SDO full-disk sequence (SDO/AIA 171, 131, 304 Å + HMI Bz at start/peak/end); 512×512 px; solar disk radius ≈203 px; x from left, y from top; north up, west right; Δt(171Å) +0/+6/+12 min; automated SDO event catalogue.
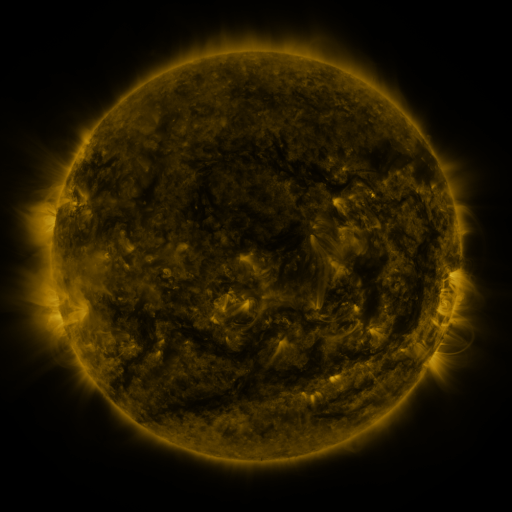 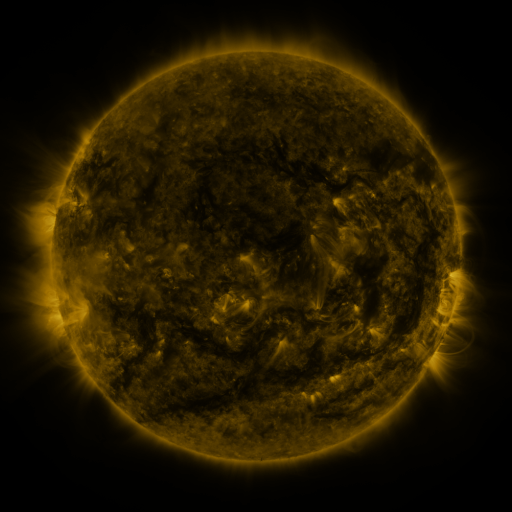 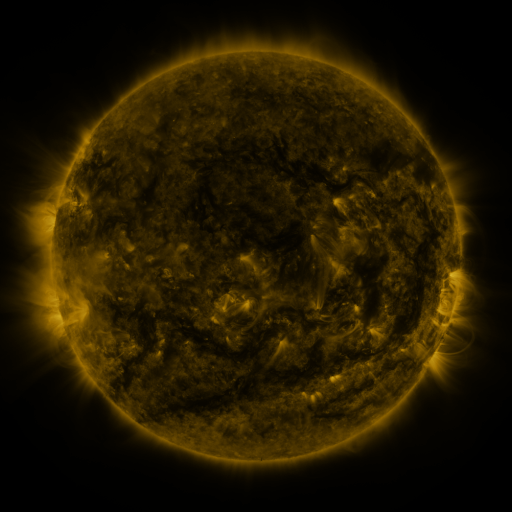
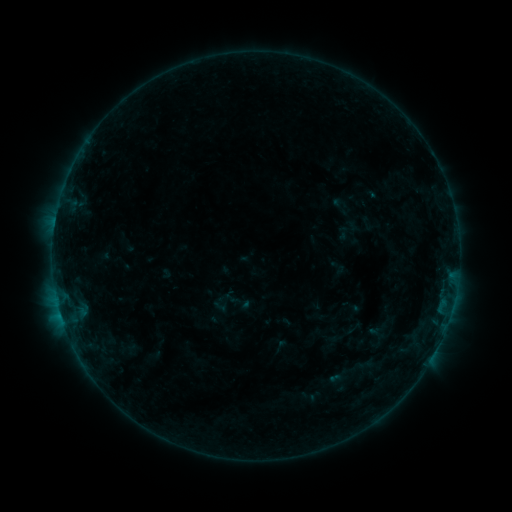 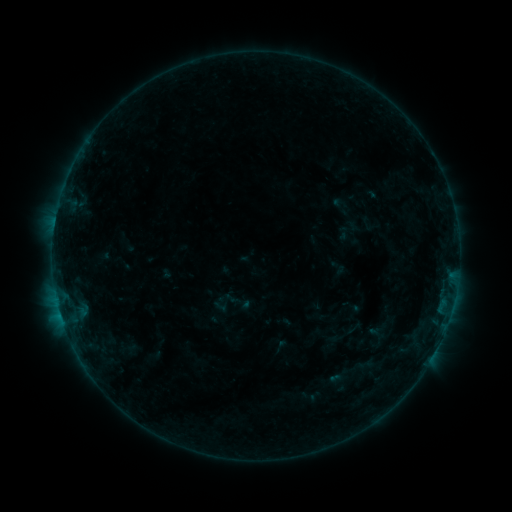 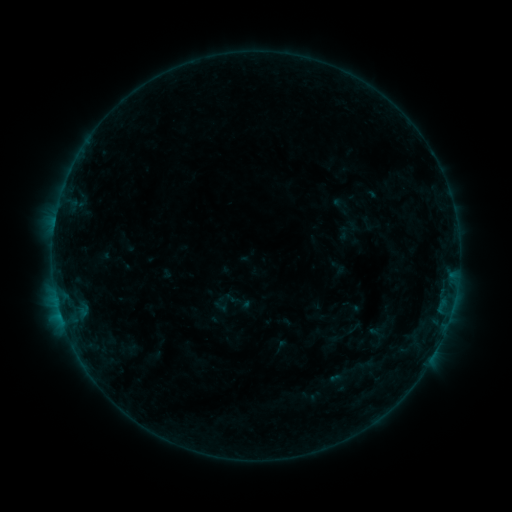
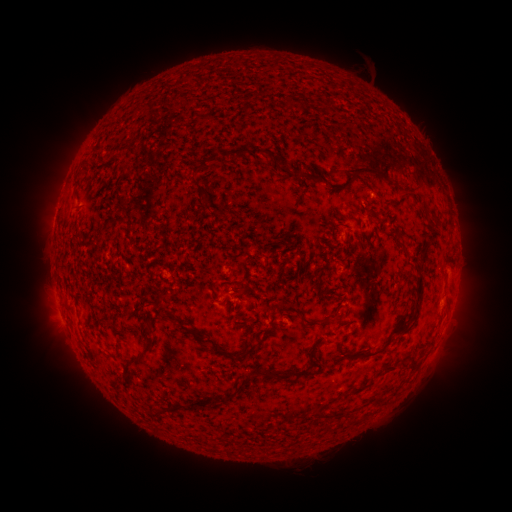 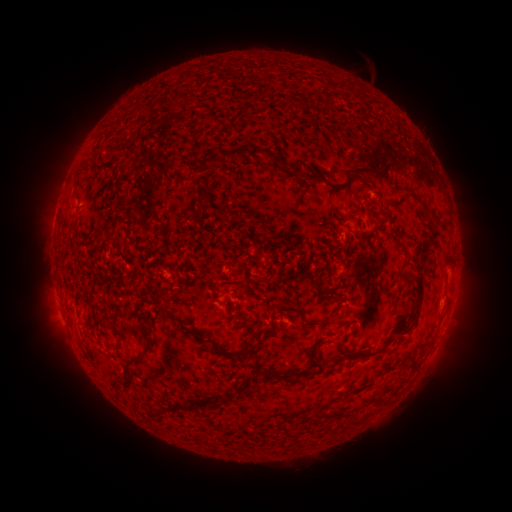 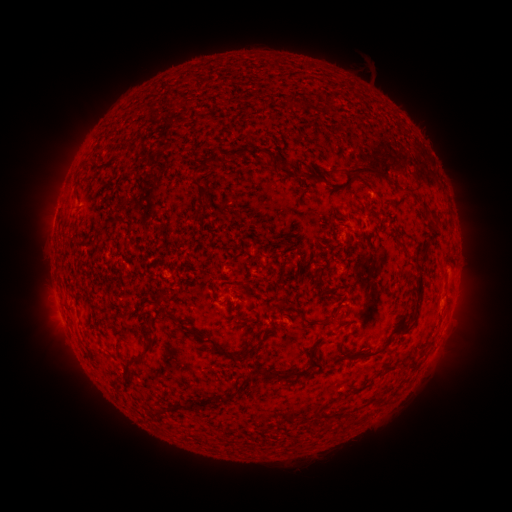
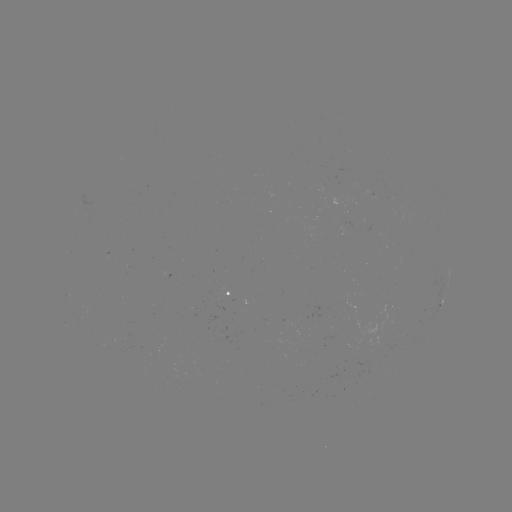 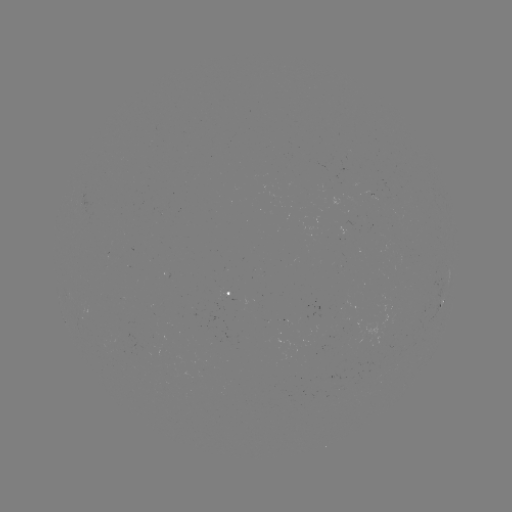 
nothing was catalogued: no classed flare, no EUV trigger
